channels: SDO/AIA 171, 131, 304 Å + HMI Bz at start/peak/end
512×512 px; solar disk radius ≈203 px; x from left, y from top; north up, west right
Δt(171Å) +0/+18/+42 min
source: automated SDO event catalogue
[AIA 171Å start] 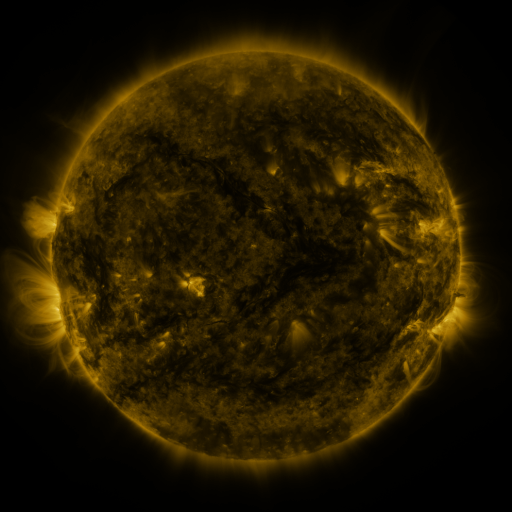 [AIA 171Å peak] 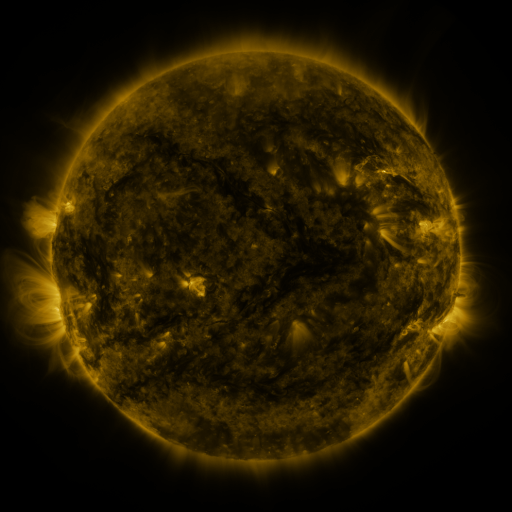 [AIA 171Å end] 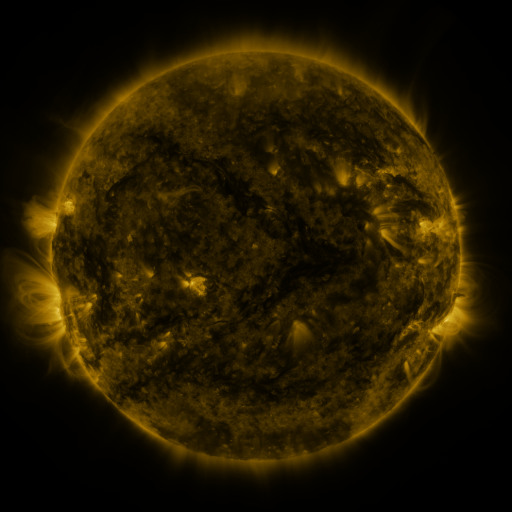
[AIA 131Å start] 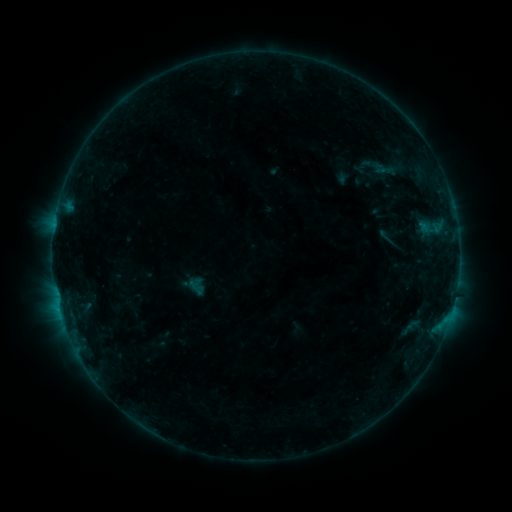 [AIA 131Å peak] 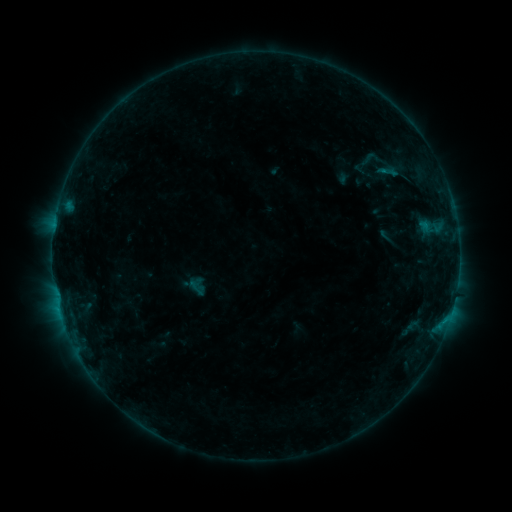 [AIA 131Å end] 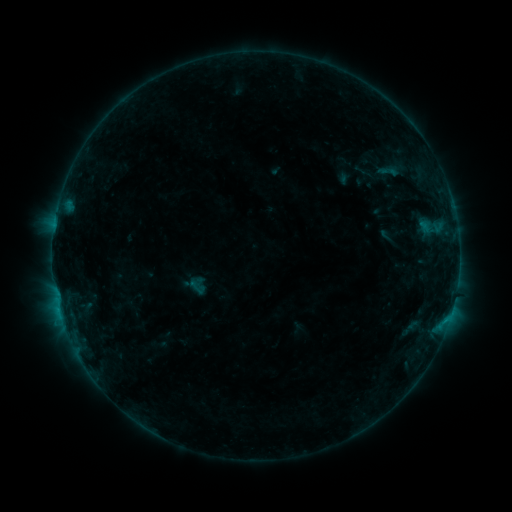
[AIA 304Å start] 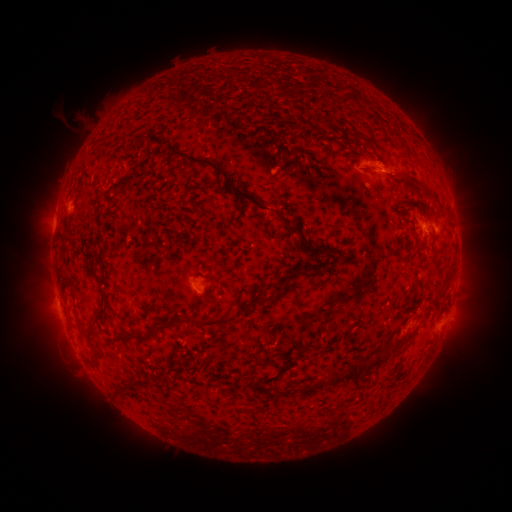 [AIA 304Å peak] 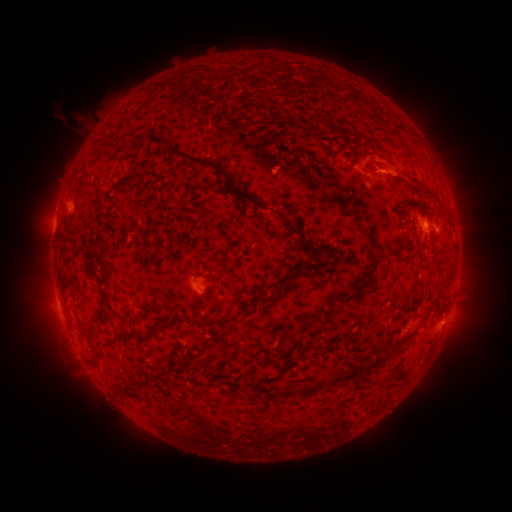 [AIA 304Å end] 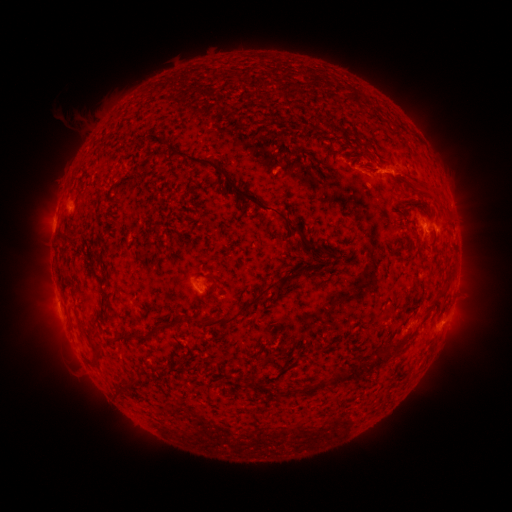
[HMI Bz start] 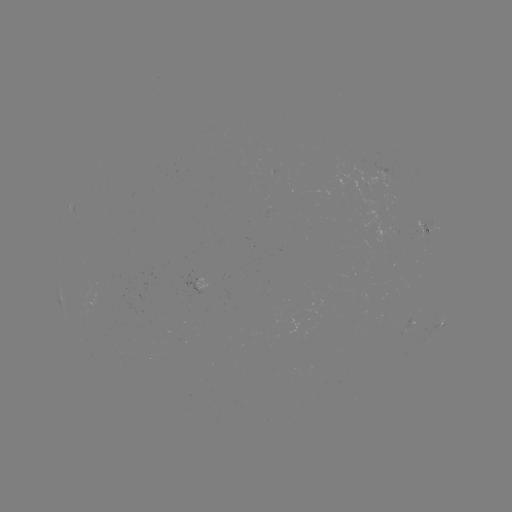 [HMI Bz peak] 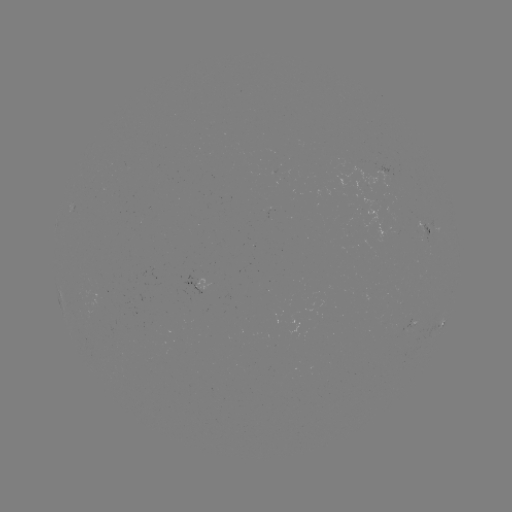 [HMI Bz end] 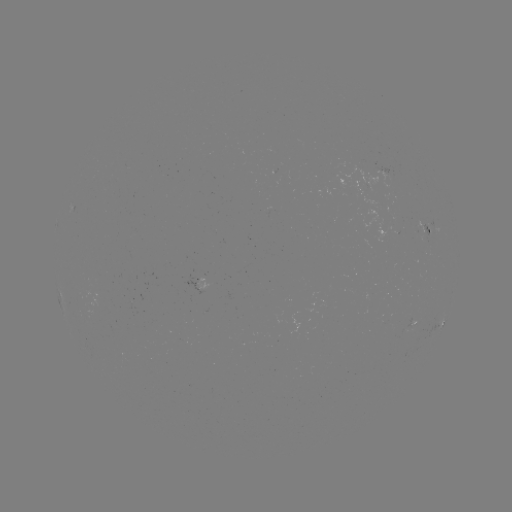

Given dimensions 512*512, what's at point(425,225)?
B4.6 flare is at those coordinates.